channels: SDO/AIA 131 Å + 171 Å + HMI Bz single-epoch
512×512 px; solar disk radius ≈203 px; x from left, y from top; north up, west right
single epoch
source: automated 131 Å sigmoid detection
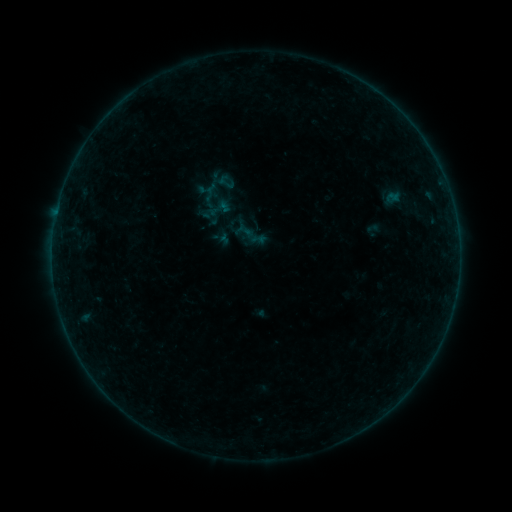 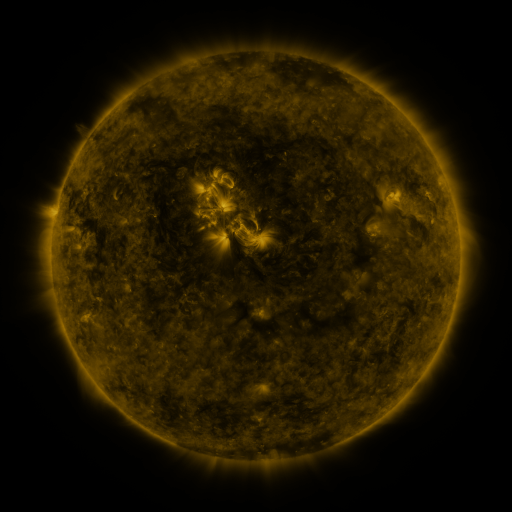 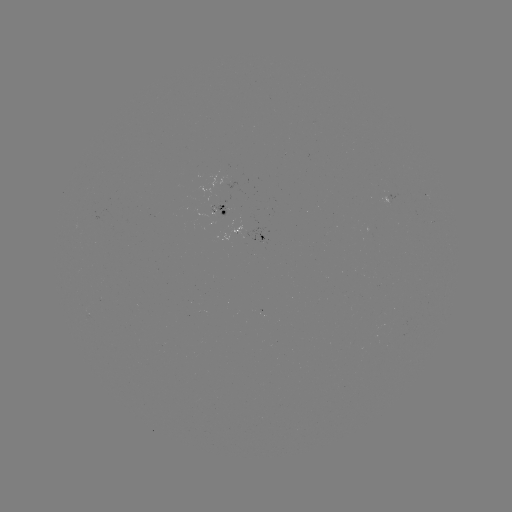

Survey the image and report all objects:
sigmoid: (217, 173, 235, 191)
sigmoid: (199, 191, 235, 227)
